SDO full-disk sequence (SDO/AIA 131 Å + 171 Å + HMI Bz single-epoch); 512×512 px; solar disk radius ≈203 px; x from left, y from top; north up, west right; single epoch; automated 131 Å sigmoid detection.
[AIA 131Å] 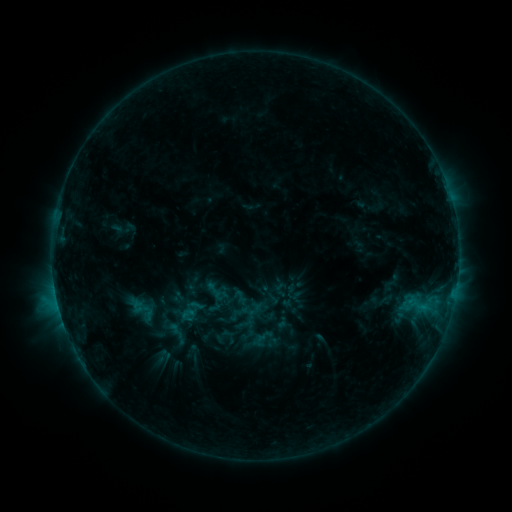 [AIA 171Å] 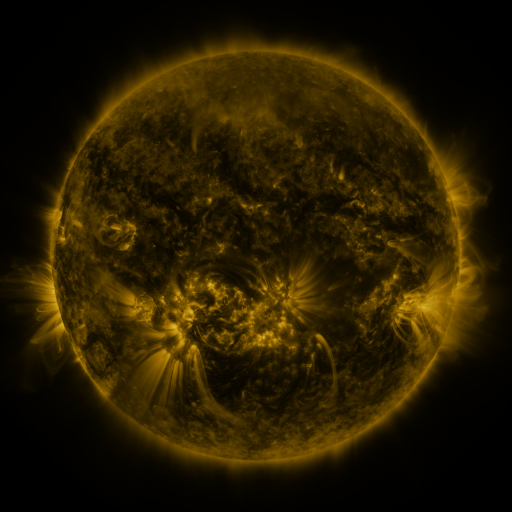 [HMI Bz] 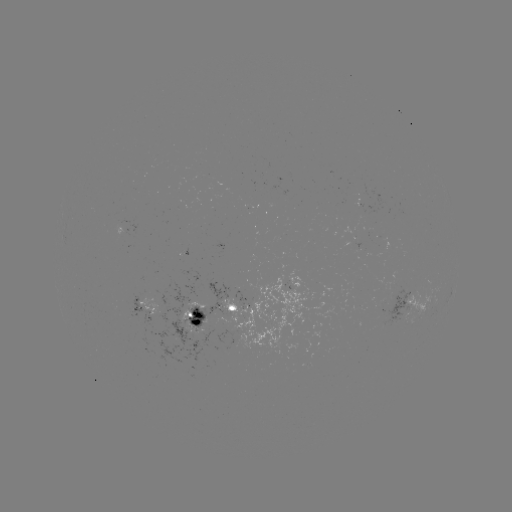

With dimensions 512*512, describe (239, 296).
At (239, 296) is sigmoid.